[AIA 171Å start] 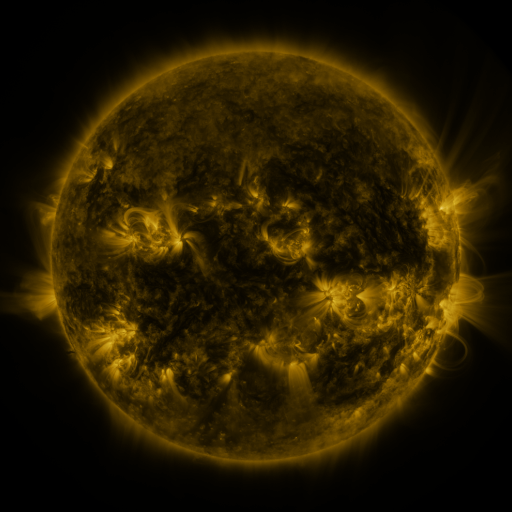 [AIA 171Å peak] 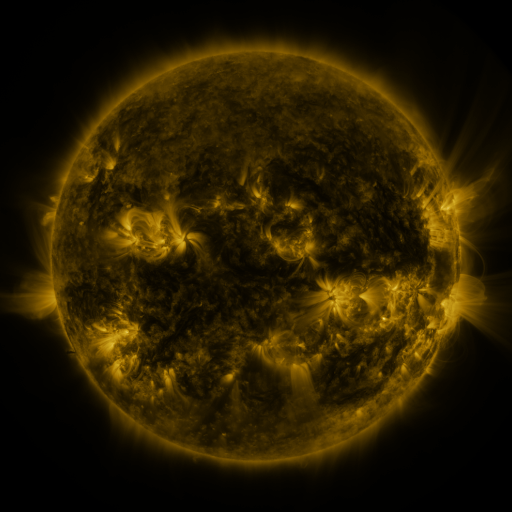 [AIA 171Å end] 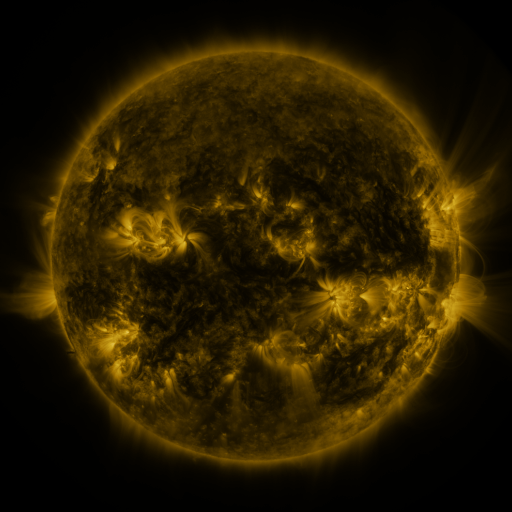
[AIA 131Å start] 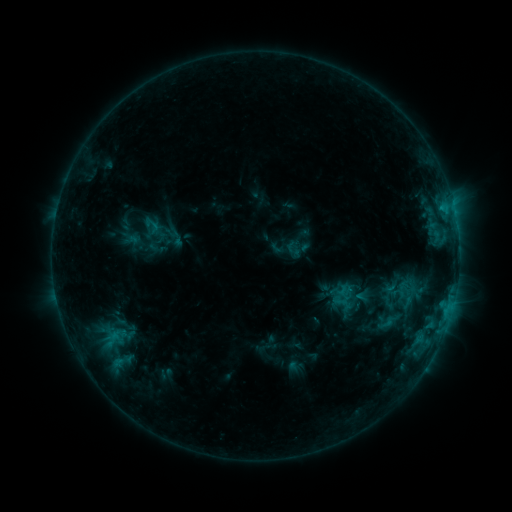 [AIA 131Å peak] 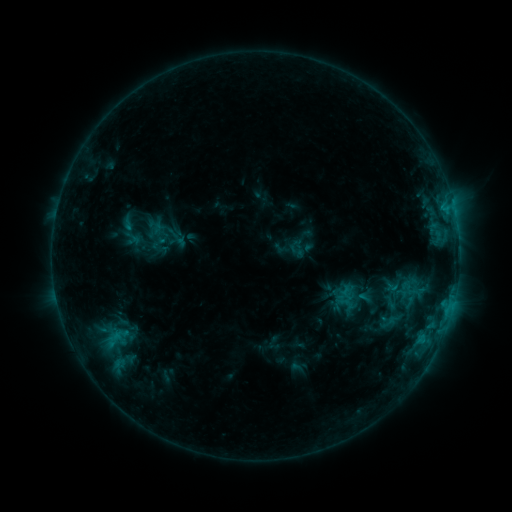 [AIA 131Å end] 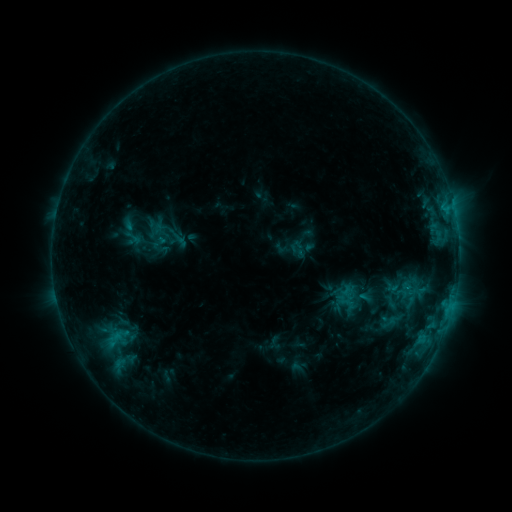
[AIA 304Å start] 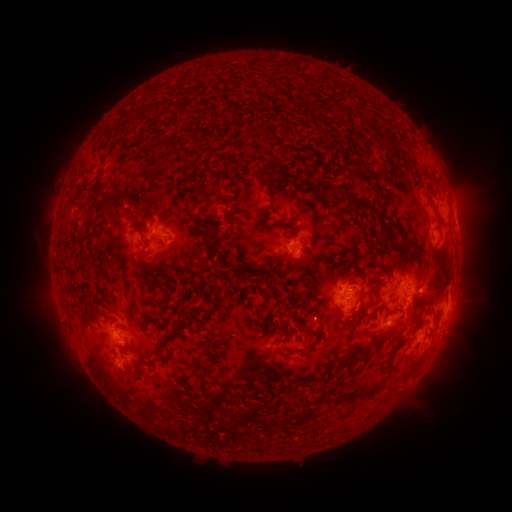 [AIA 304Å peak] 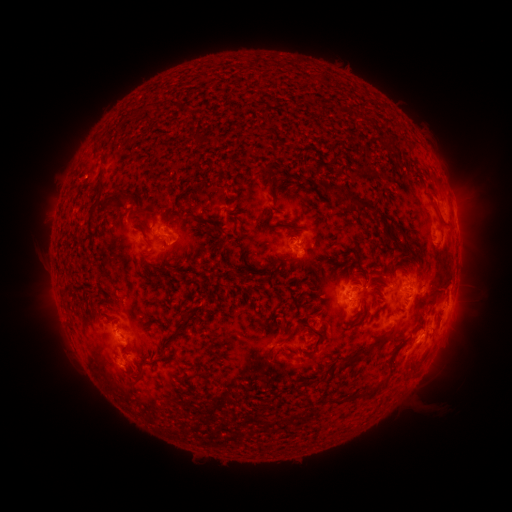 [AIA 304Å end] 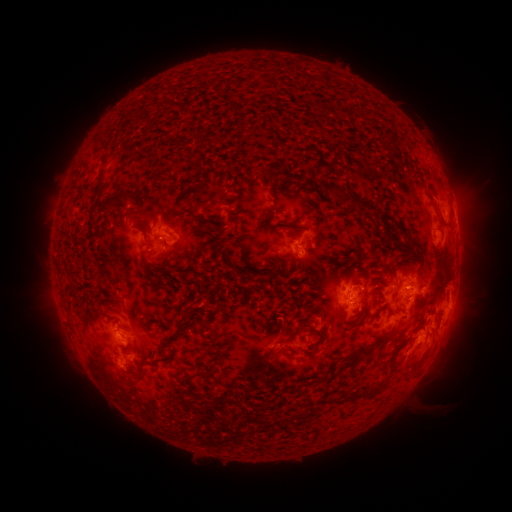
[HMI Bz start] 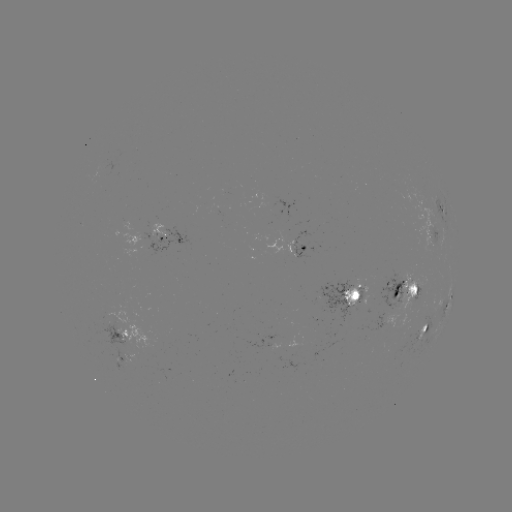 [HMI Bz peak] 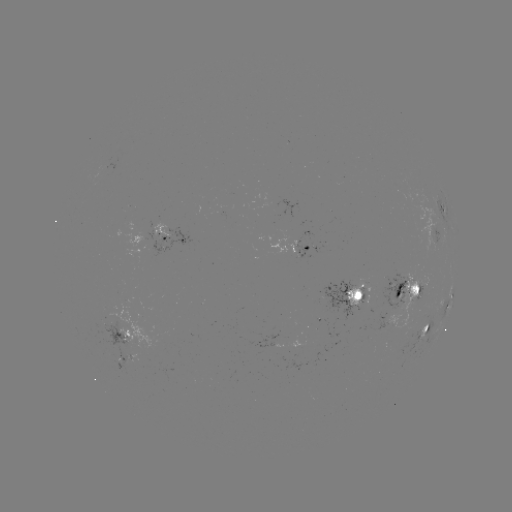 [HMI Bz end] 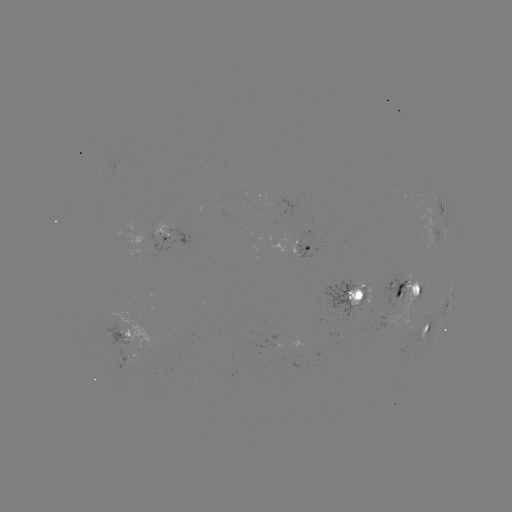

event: emerging-flux region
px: (358, 300)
